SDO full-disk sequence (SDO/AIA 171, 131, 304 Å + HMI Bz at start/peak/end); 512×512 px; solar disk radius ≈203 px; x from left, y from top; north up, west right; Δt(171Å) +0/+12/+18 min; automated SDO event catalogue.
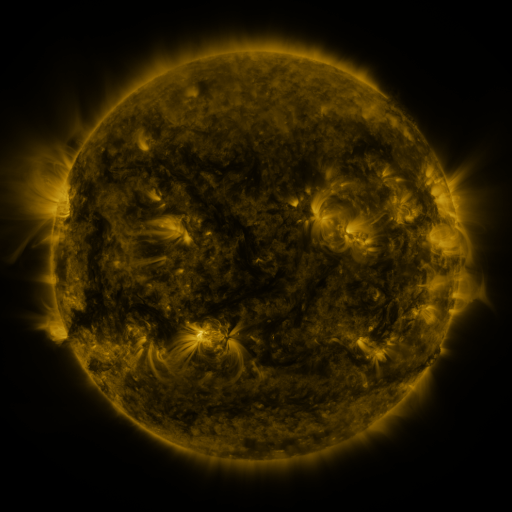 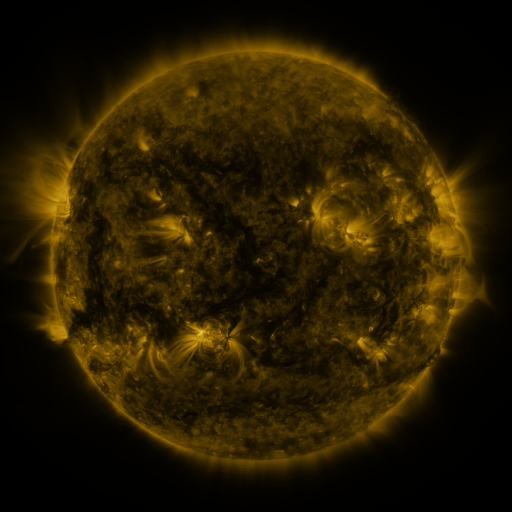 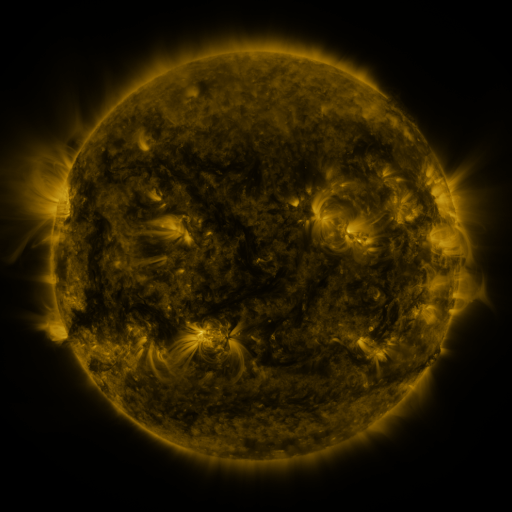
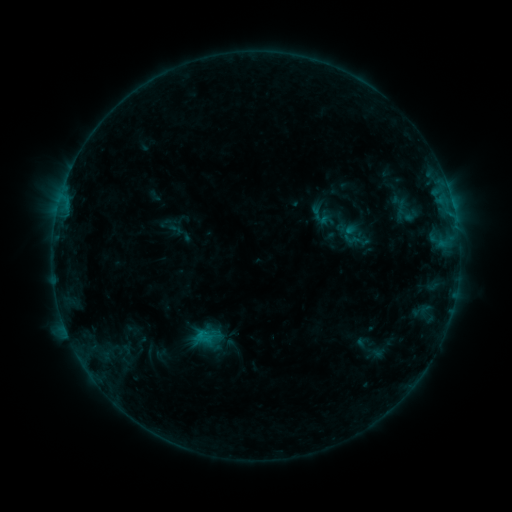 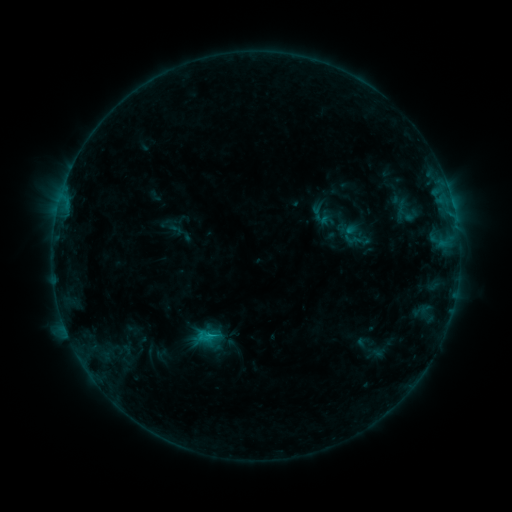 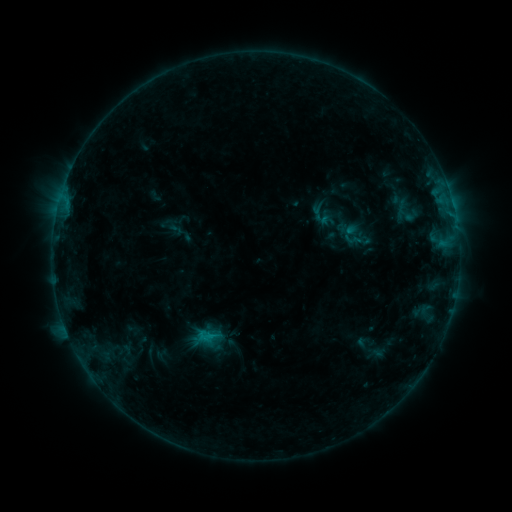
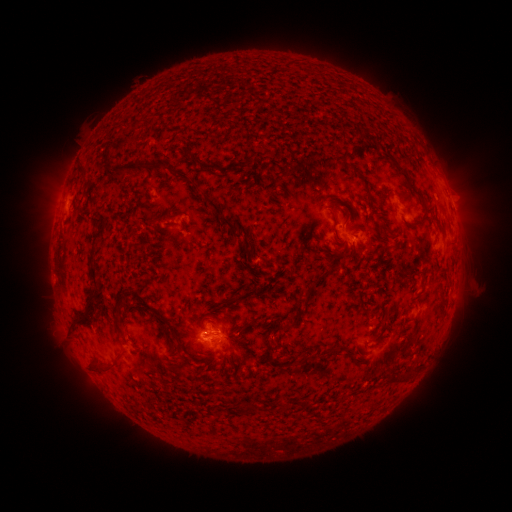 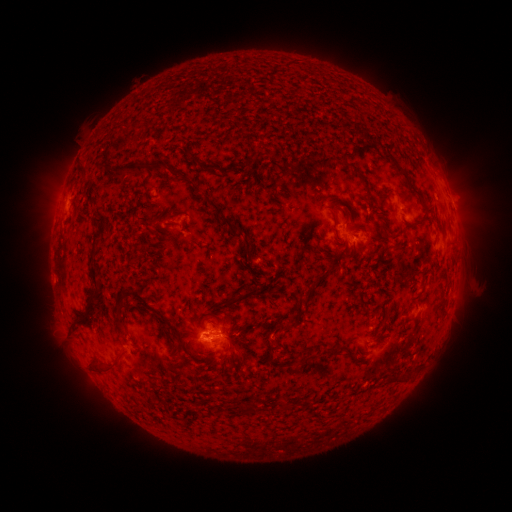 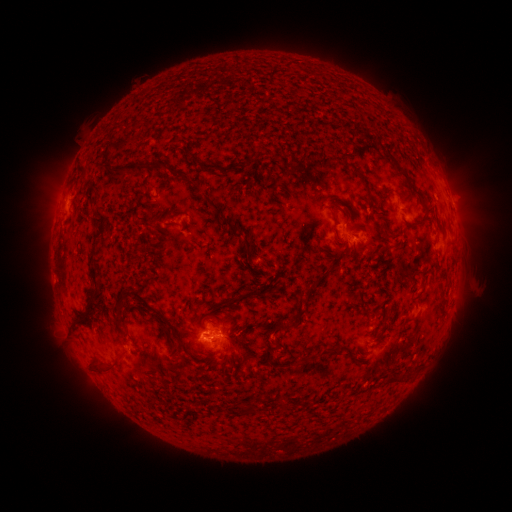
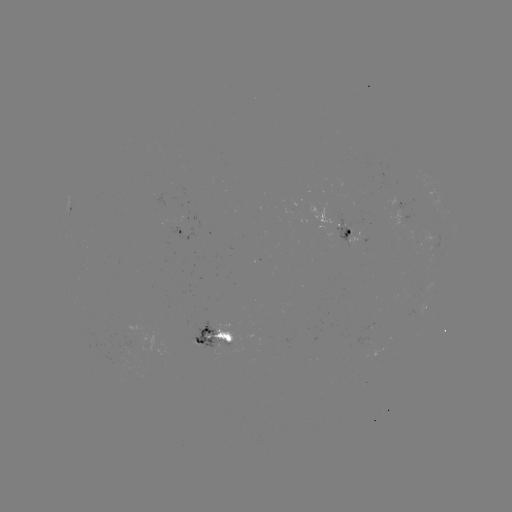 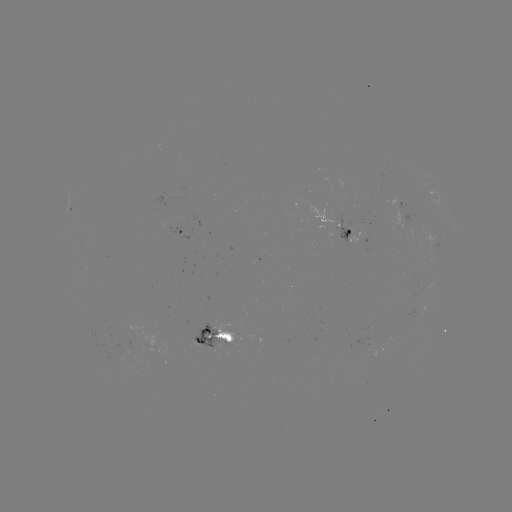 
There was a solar flare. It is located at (212, 335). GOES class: B6.7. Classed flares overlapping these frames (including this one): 1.